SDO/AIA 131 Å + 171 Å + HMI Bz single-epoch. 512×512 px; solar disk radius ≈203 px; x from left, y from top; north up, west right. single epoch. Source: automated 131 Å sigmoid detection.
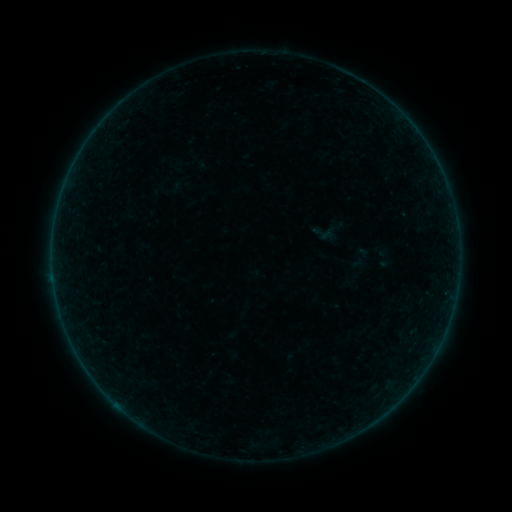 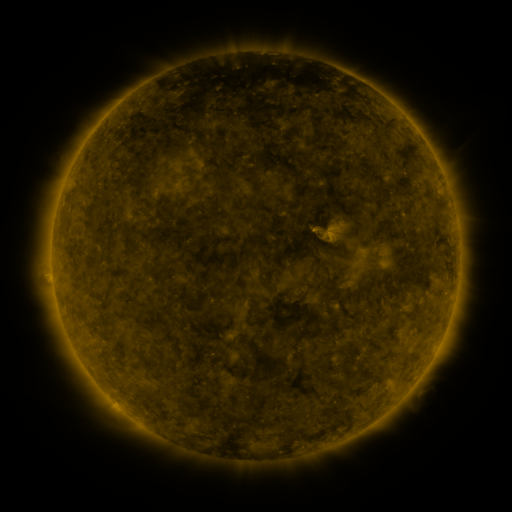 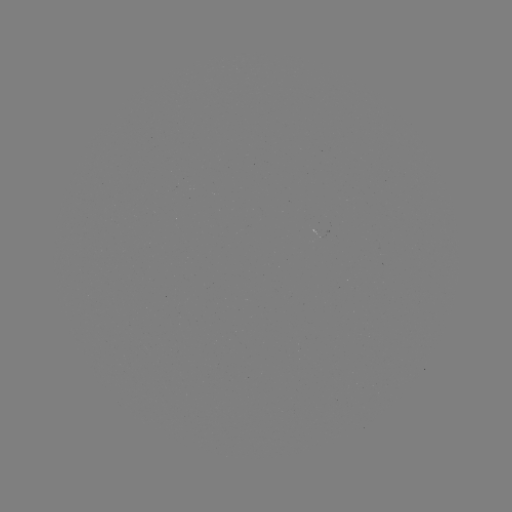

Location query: sigmoid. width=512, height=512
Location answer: [328, 231].